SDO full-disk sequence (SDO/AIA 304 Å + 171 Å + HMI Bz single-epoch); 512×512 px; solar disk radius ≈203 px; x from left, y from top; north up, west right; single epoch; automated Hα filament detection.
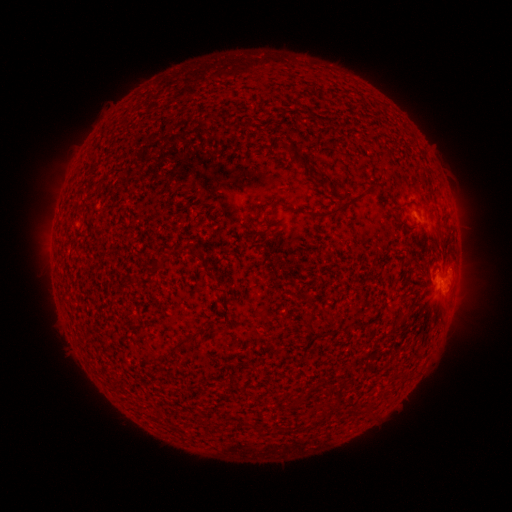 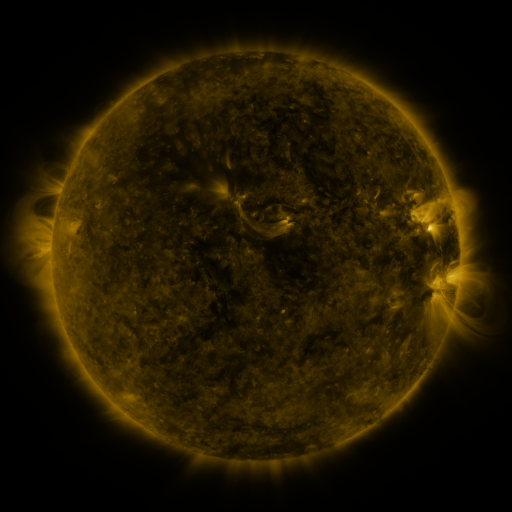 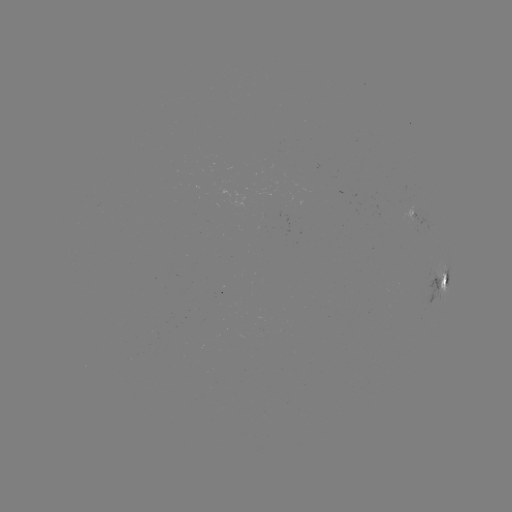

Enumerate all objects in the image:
filament: (295, 155, 306, 167)
filament: (310, 201, 349, 219)
filament: (305, 310, 316, 332)
filament: (400, 312, 409, 323)
filament: (171, 342, 181, 351)
filament: (258, 426, 266, 437)
